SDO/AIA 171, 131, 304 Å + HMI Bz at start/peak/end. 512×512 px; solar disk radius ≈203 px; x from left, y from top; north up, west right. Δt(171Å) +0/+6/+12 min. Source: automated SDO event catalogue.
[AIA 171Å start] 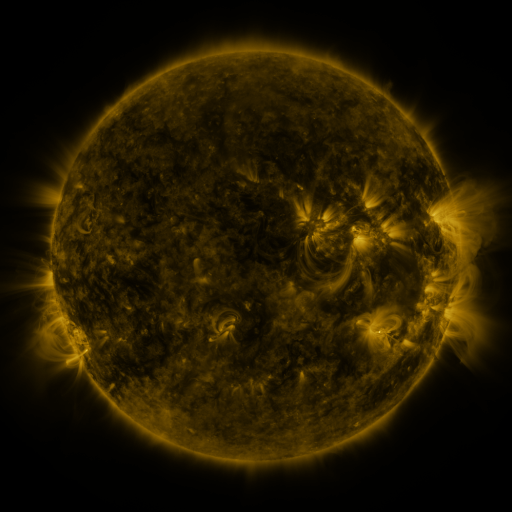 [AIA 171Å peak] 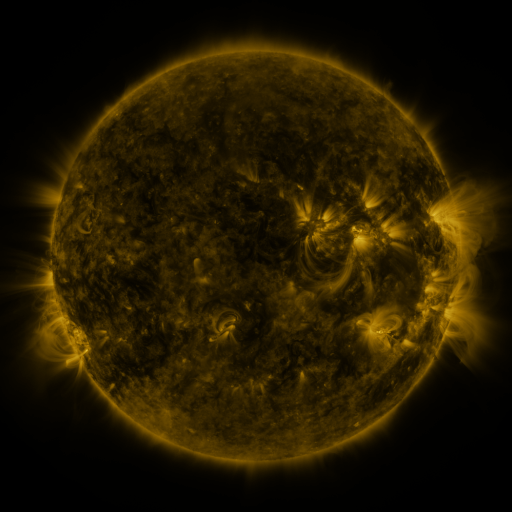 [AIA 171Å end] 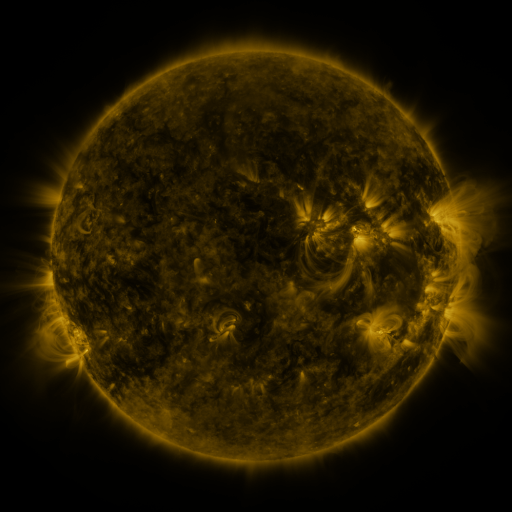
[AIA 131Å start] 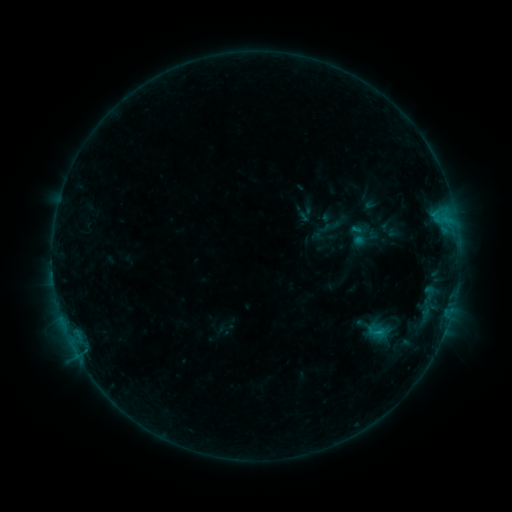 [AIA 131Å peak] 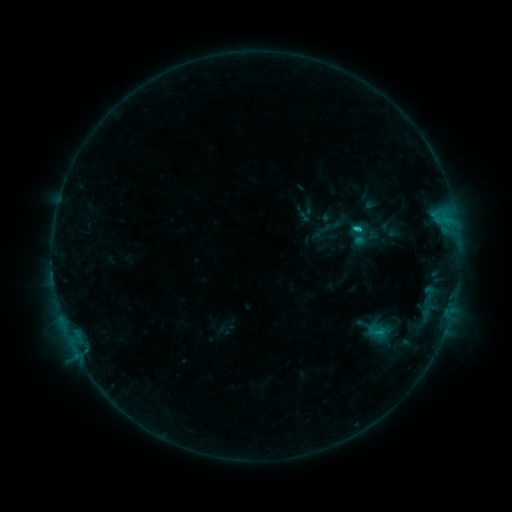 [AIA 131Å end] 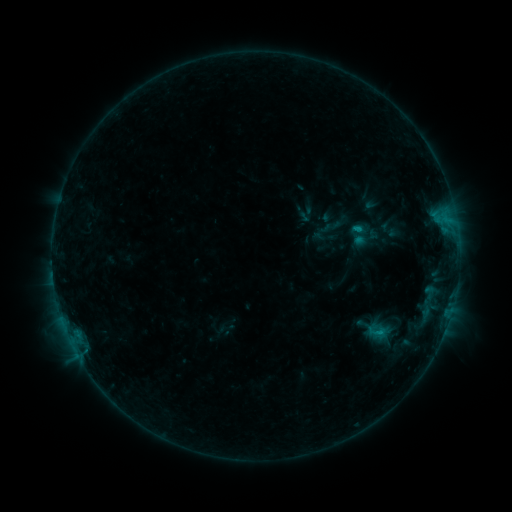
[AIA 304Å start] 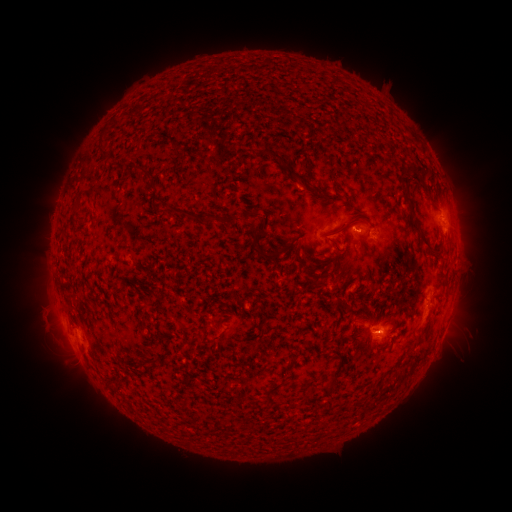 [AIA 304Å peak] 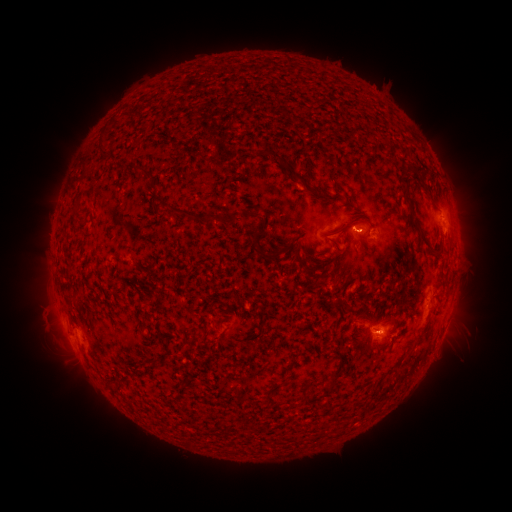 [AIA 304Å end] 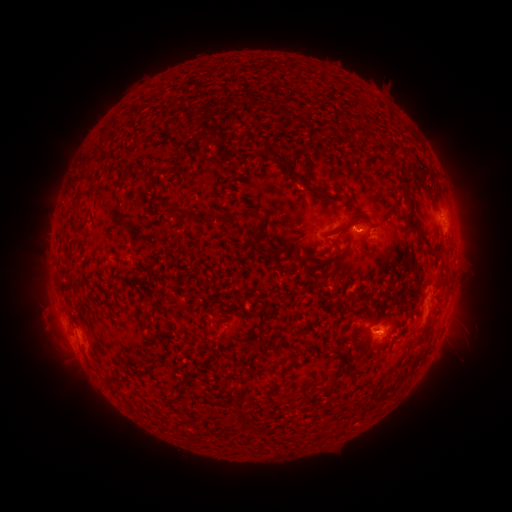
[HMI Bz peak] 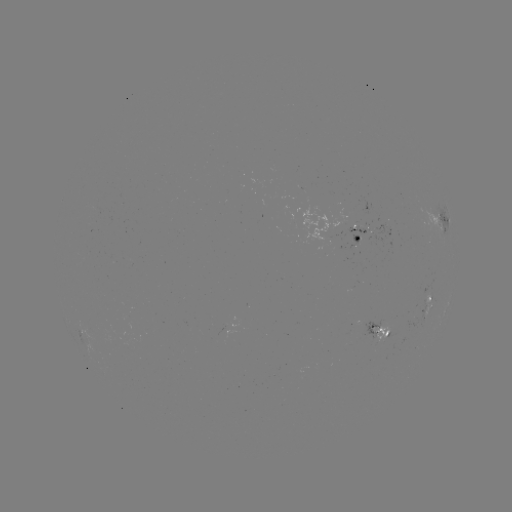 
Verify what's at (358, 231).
B9.4 flare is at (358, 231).